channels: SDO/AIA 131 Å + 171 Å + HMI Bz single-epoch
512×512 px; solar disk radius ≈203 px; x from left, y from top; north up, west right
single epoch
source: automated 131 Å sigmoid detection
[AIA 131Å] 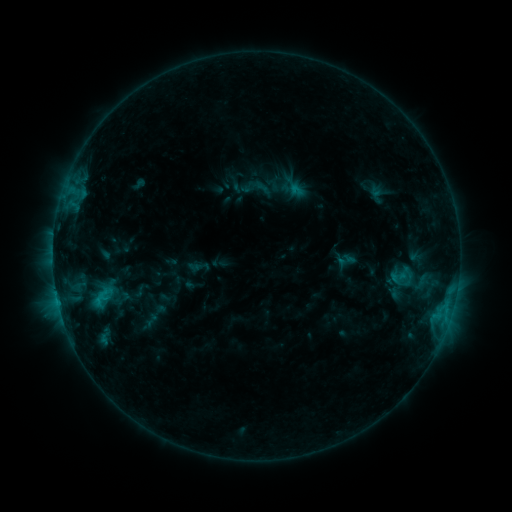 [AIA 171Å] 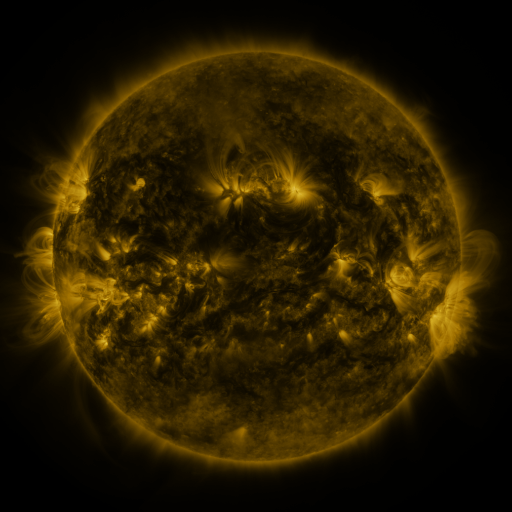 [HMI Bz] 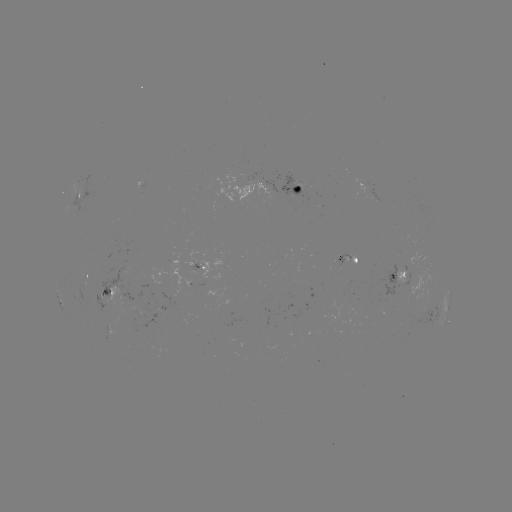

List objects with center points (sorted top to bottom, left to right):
sigmoid: (388, 266, 406, 288)
